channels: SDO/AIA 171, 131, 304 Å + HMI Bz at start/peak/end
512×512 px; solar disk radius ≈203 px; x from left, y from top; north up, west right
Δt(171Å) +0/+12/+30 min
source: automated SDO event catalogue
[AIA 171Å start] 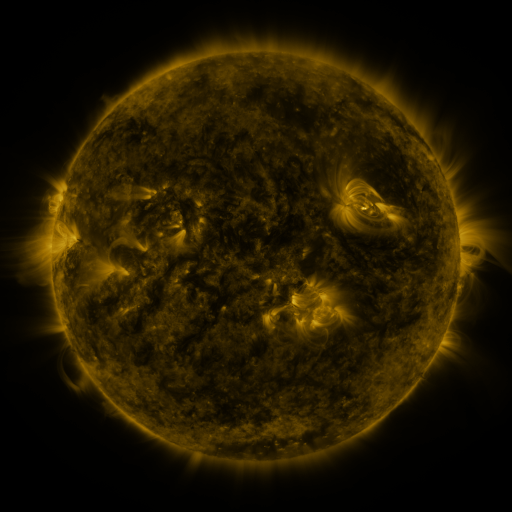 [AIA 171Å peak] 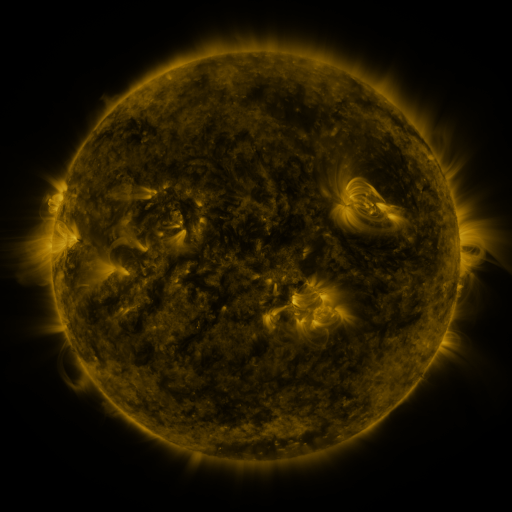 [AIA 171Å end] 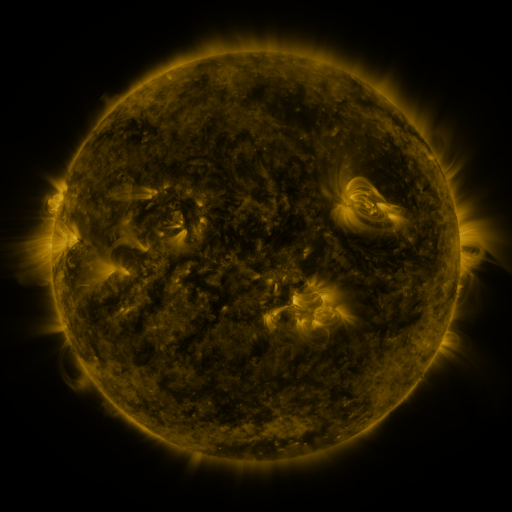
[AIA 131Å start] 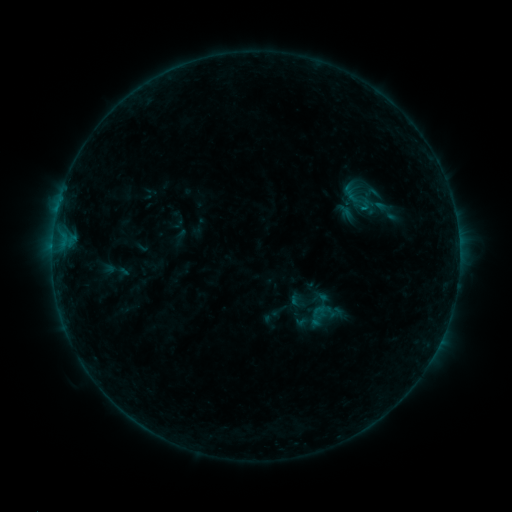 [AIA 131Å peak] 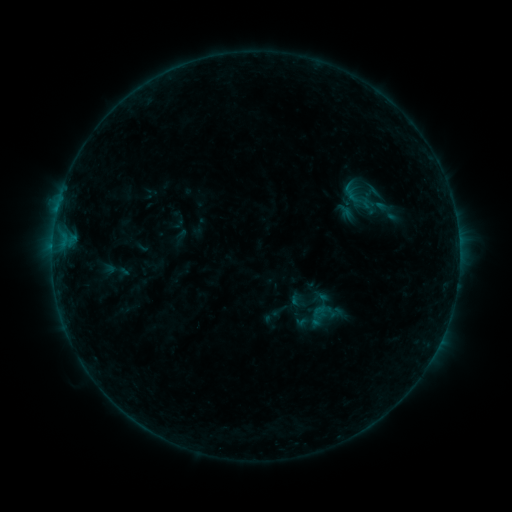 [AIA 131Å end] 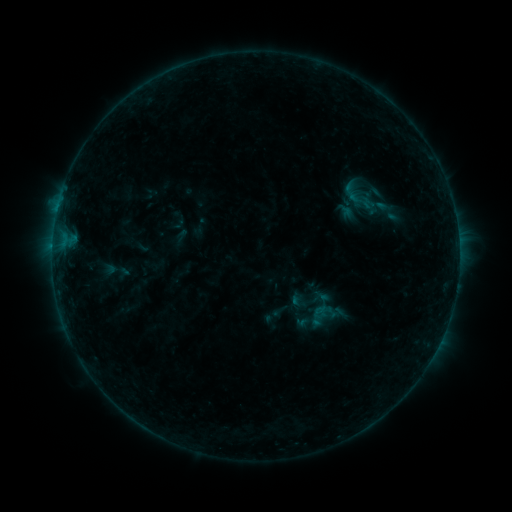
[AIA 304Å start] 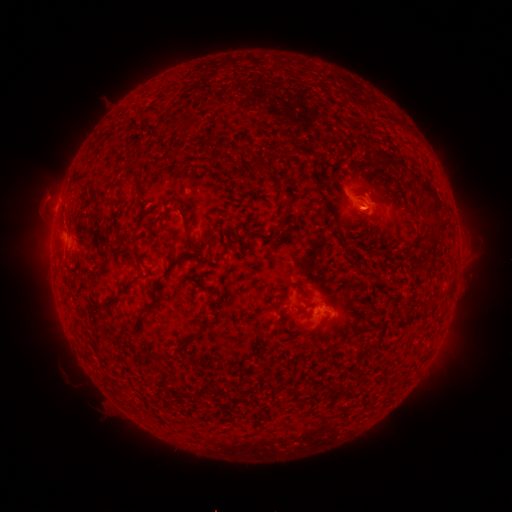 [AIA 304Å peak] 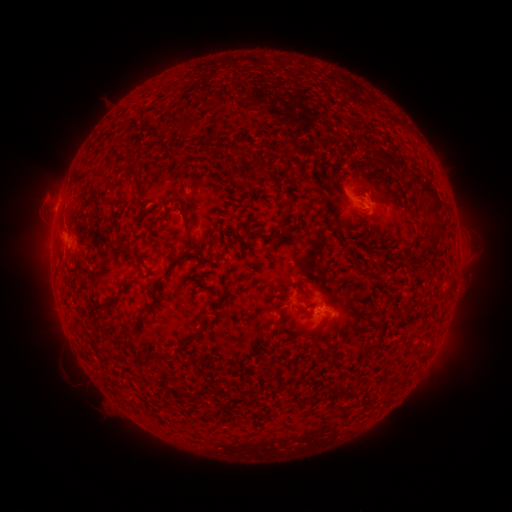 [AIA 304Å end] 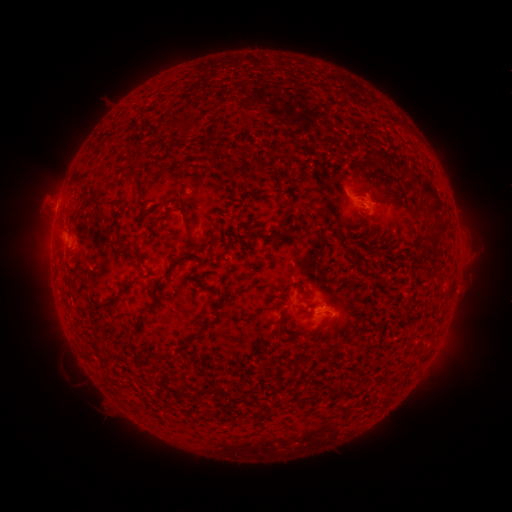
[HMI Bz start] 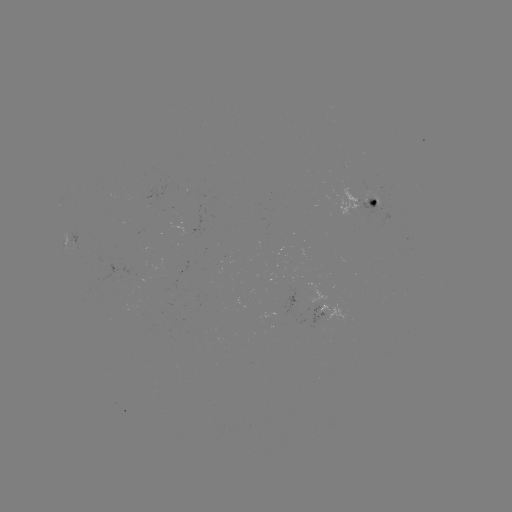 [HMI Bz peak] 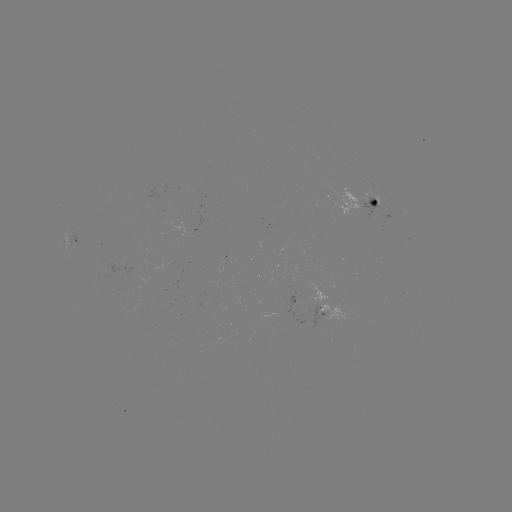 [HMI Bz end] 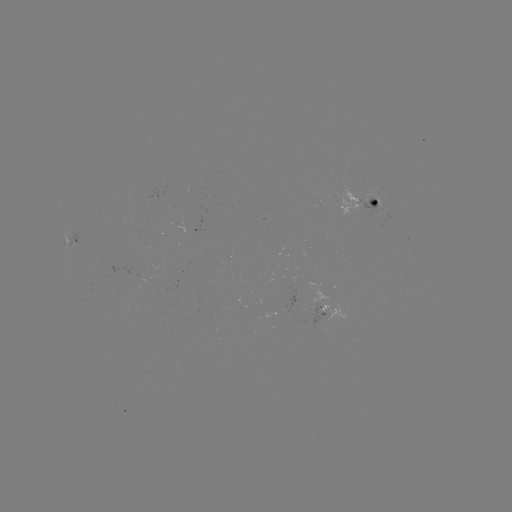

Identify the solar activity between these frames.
no classed flare was catalogued and no EUV brightening was flagged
